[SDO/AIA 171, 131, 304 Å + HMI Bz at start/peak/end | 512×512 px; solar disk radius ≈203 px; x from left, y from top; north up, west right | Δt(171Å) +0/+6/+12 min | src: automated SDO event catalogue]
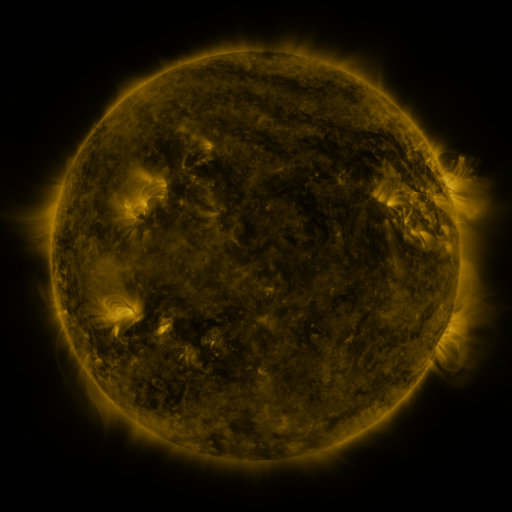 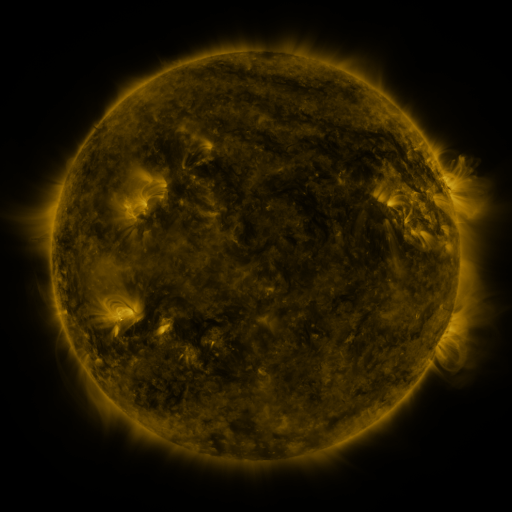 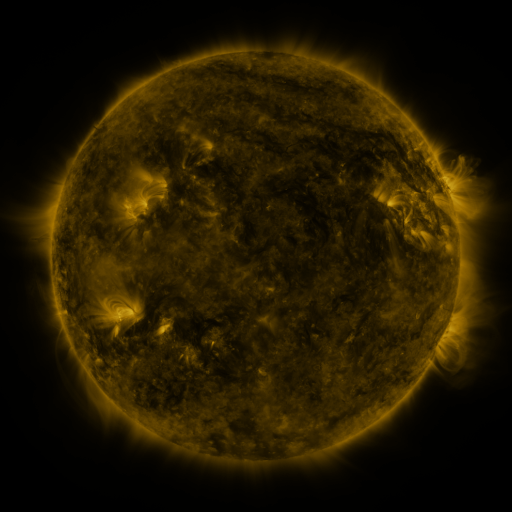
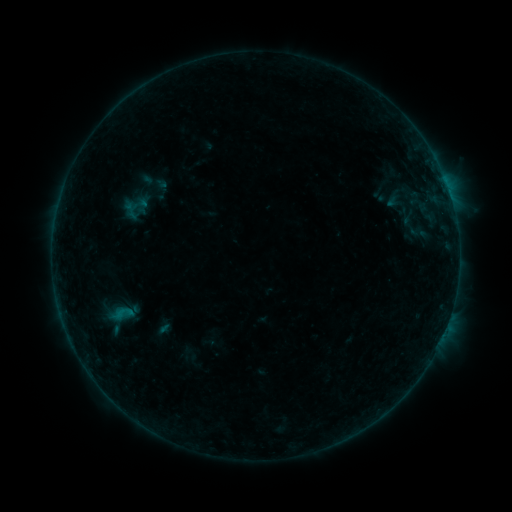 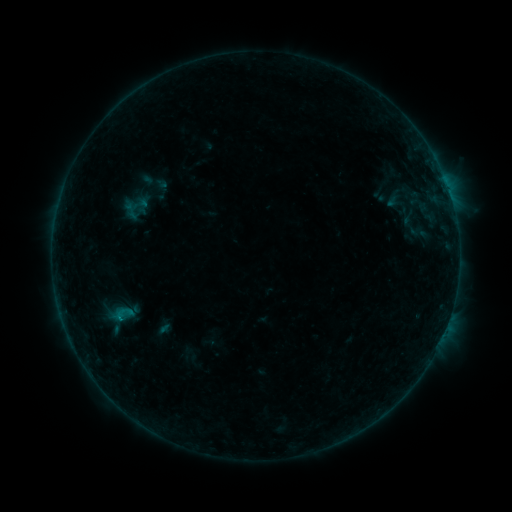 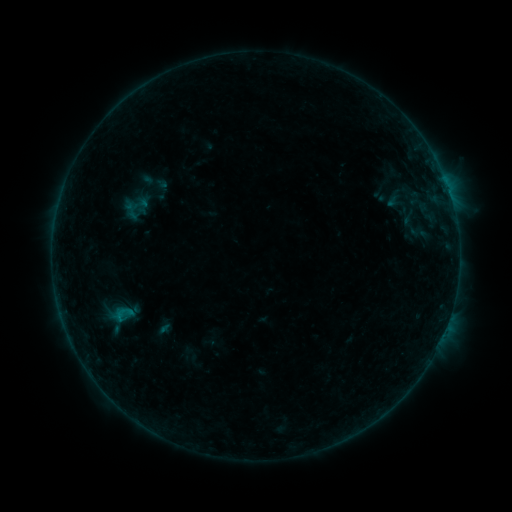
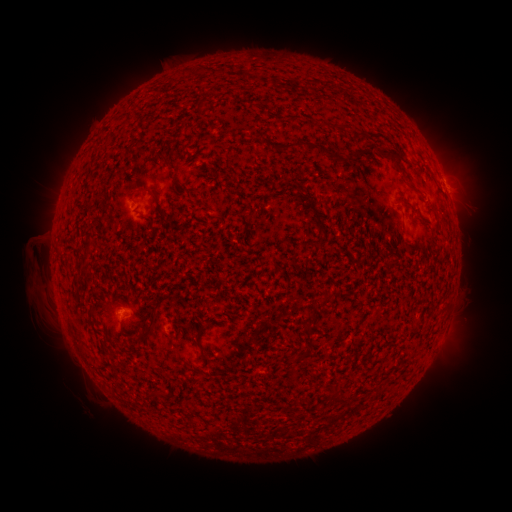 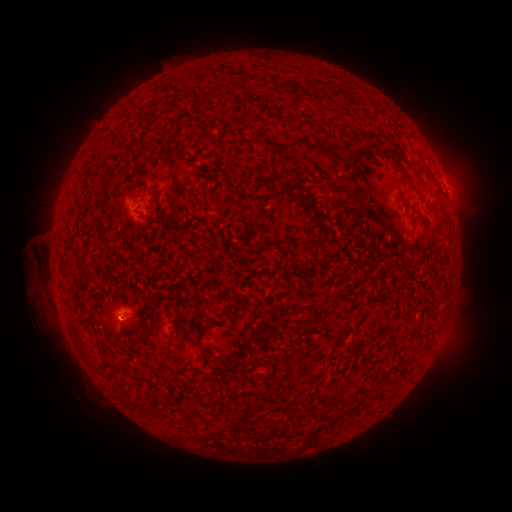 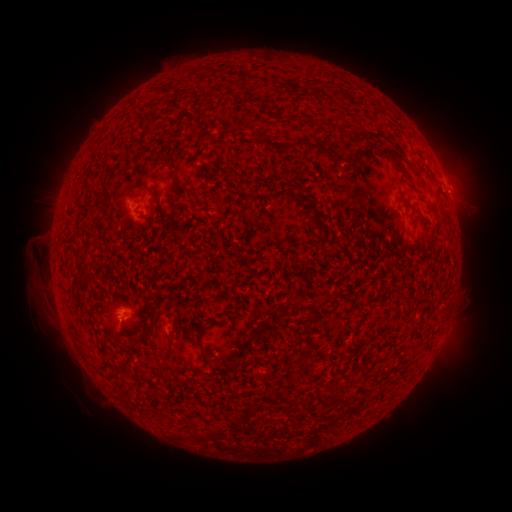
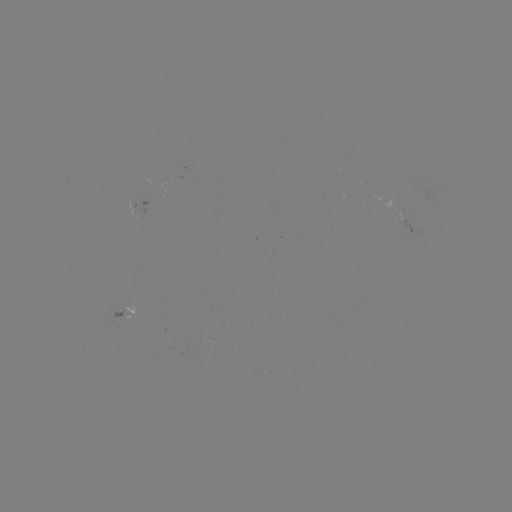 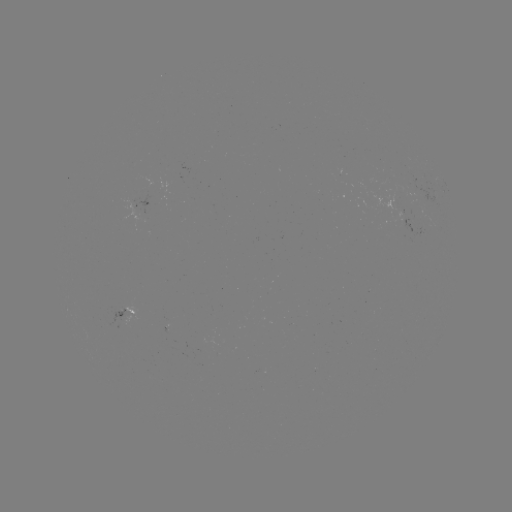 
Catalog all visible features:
B2.8 flare: (120, 316)
